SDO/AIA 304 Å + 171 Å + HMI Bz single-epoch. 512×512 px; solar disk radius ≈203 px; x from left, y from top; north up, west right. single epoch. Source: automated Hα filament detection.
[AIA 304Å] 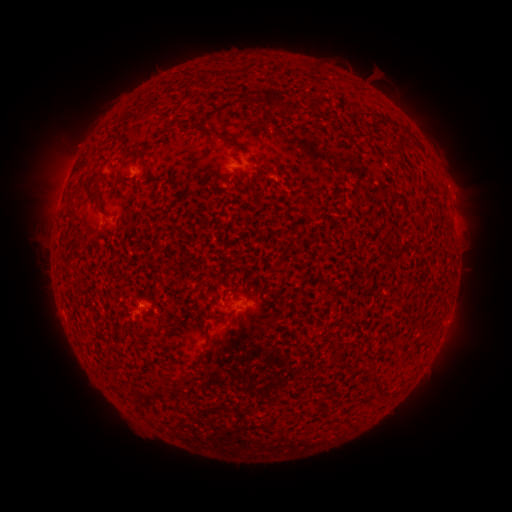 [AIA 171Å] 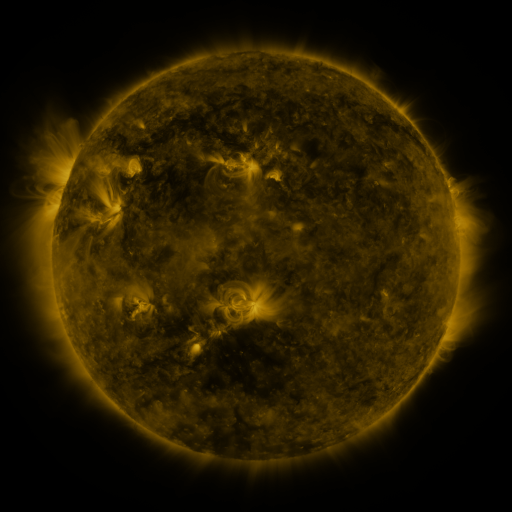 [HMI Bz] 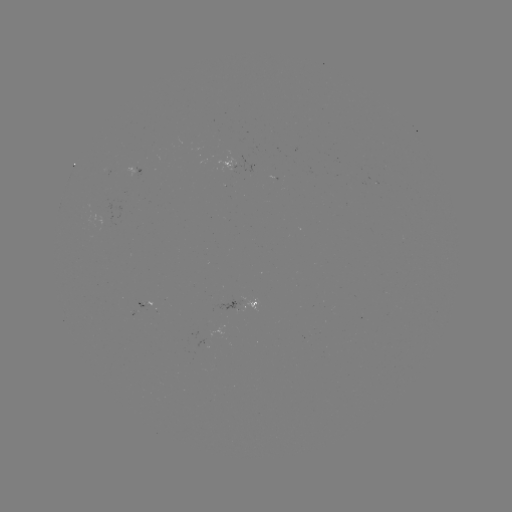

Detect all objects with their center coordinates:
filament: <bbox>260, 88, 287, 110</bbox>
filament: <bbox>393, 123, 404, 132</bbox>
filament: <bbox>257, 170, 264, 181</bbox>
filament: <bbox>87, 185, 102, 197</bbox>
filament: <bbox>99, 208, 110, 217</bbox>
filament: <bbox>221, 290, 232, 298</bbox>
filament: <bbox>371, 382, 383, 397</bbox>
